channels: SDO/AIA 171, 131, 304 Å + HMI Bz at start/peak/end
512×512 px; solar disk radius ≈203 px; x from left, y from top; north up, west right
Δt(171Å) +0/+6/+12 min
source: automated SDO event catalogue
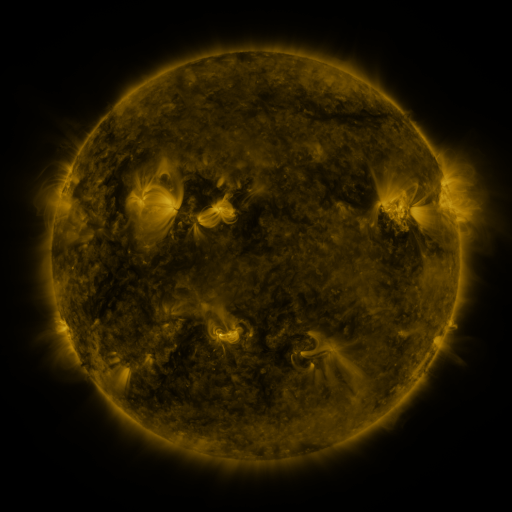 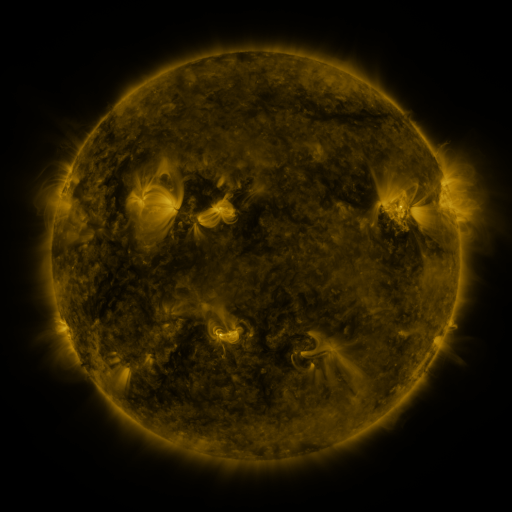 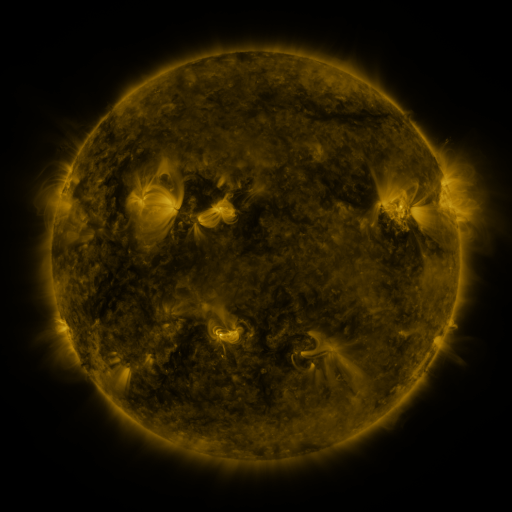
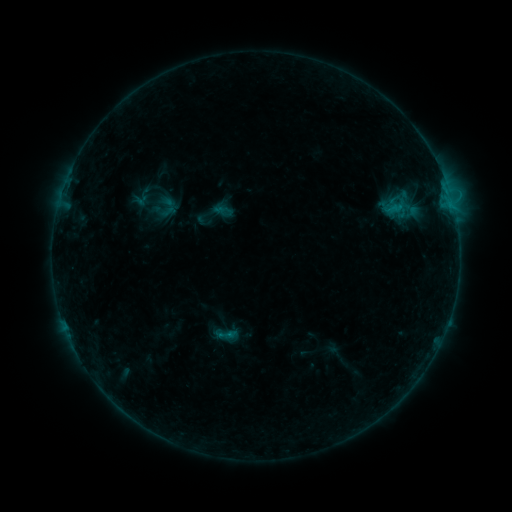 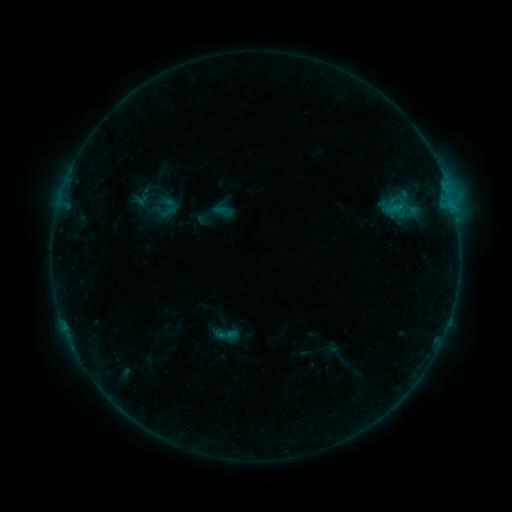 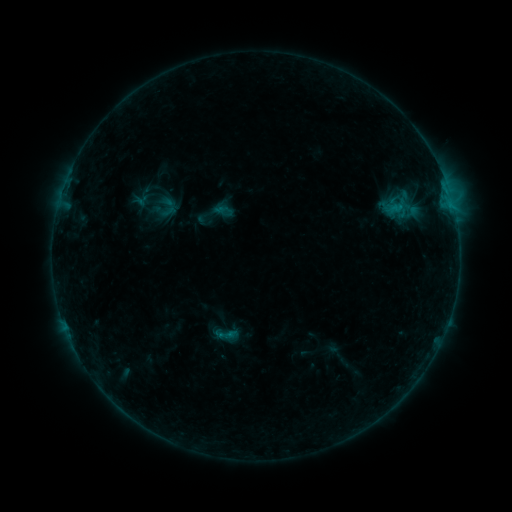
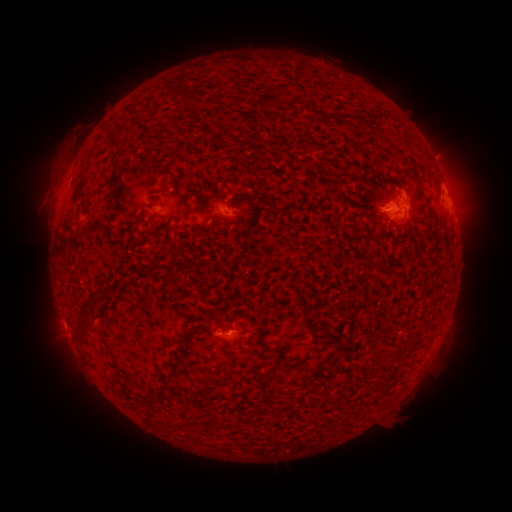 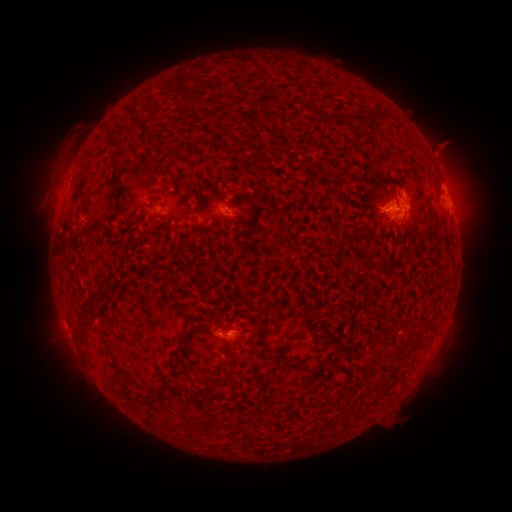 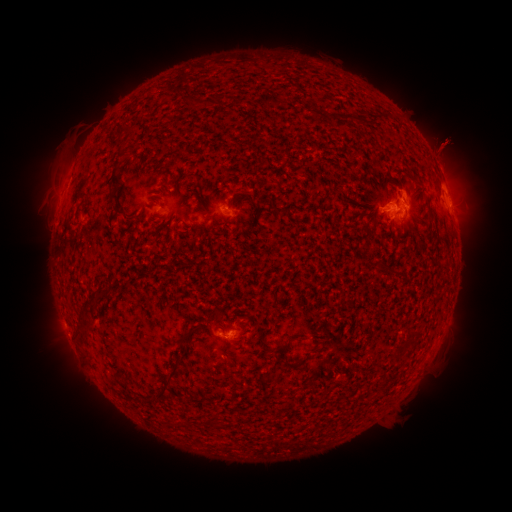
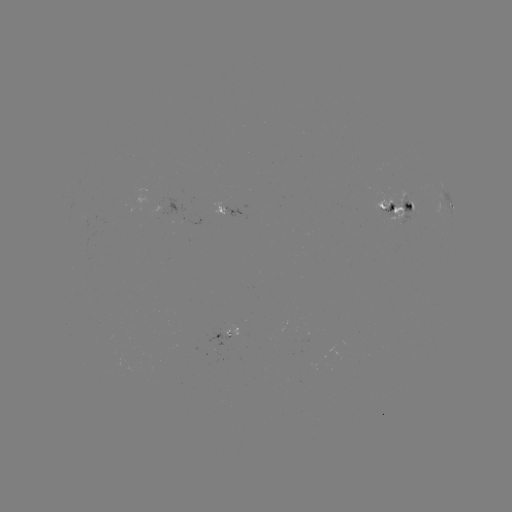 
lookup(eruption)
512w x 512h [447, 145]